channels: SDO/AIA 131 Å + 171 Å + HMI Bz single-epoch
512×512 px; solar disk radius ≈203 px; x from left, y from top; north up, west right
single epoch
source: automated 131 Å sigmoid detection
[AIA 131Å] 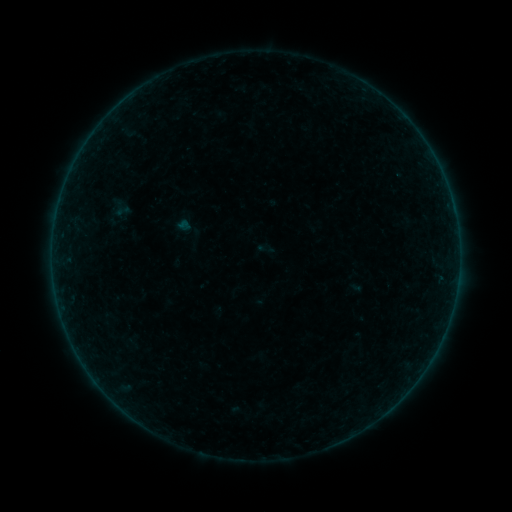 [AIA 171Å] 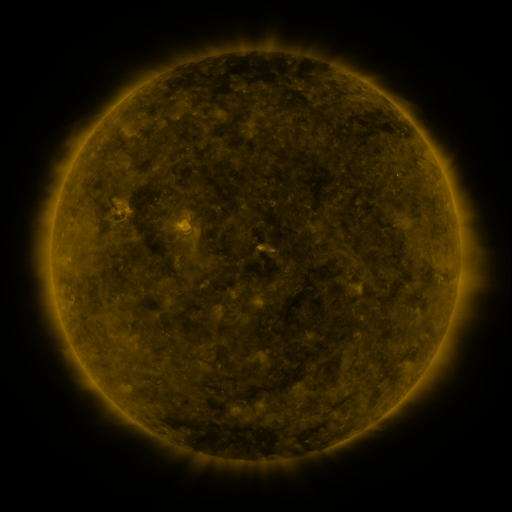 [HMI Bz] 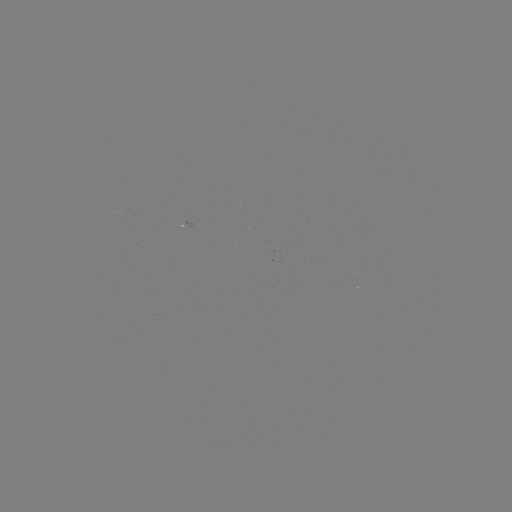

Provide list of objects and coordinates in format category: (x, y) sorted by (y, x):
sigmoid: (122, 211)
